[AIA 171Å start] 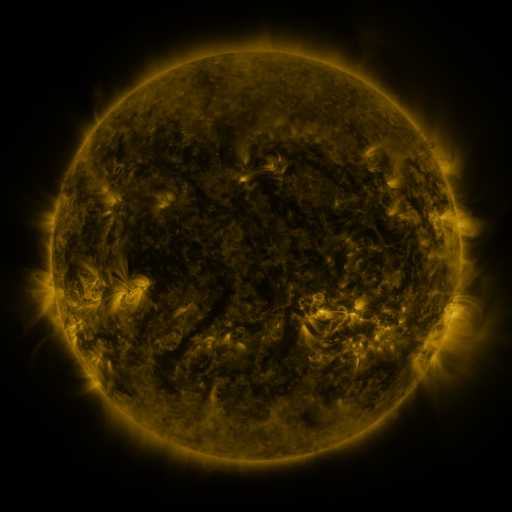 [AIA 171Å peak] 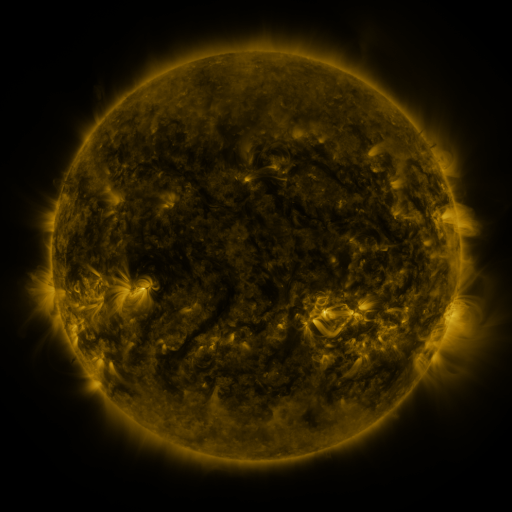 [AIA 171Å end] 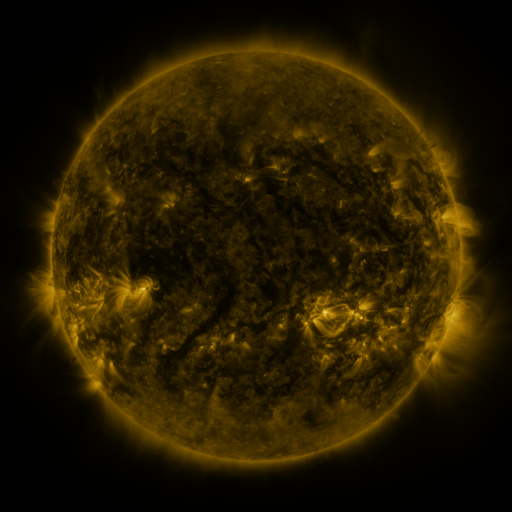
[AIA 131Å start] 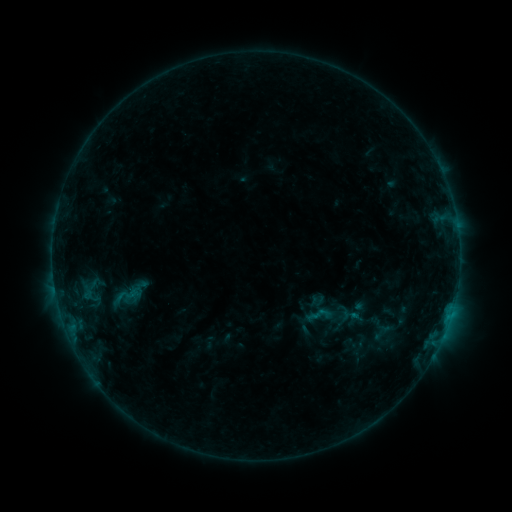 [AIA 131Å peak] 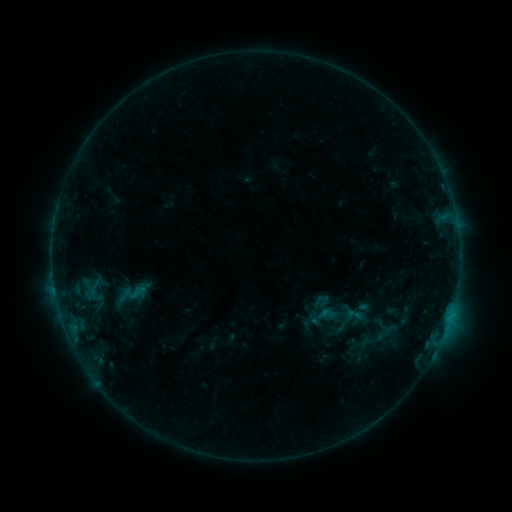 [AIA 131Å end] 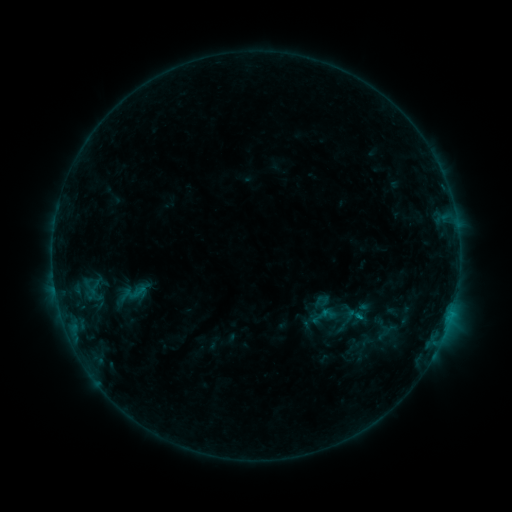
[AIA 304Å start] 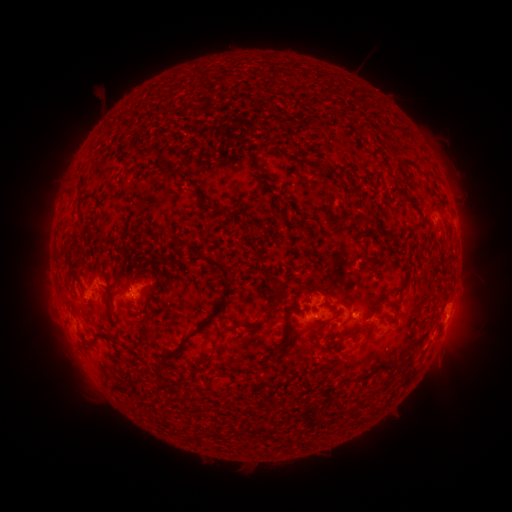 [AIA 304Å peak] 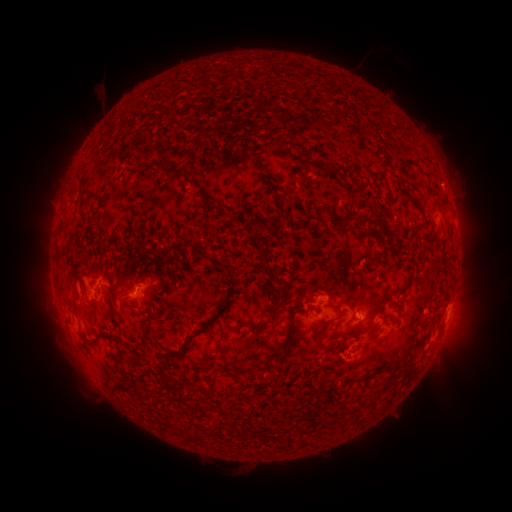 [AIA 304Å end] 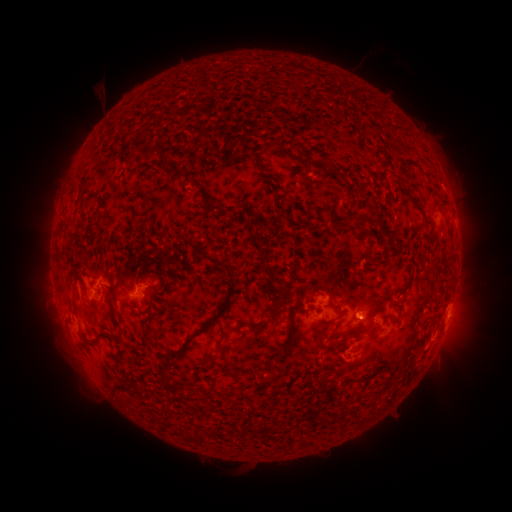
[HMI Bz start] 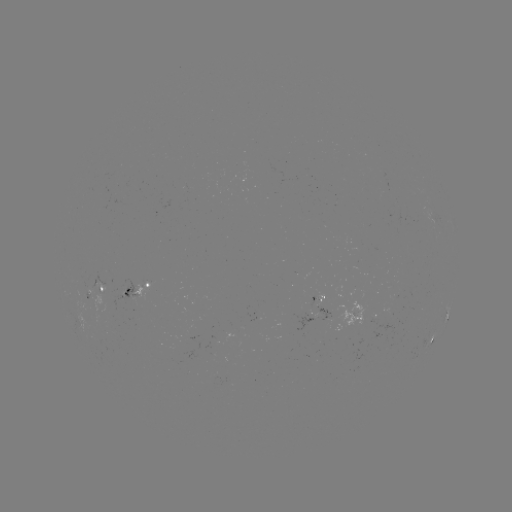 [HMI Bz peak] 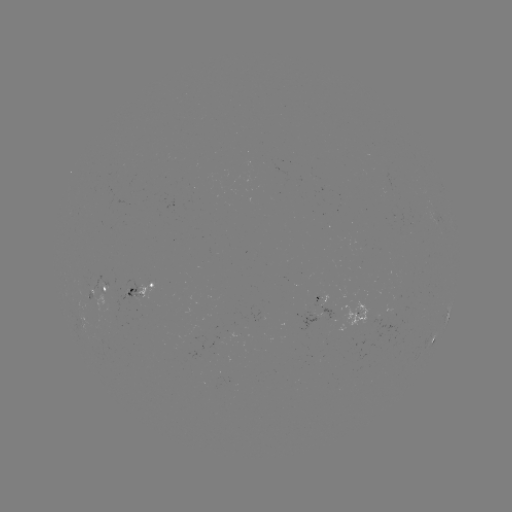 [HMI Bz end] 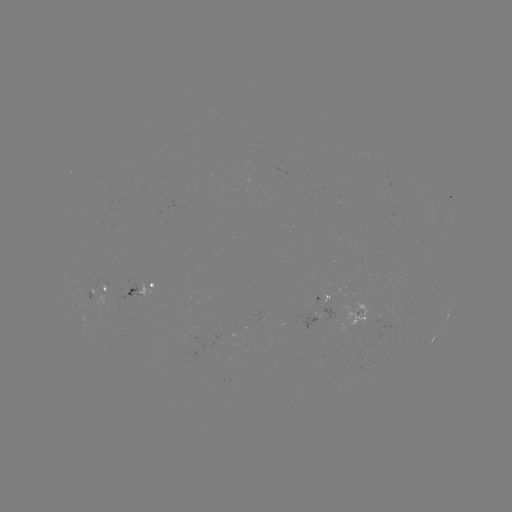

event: emerging-flux region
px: (315, 306)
